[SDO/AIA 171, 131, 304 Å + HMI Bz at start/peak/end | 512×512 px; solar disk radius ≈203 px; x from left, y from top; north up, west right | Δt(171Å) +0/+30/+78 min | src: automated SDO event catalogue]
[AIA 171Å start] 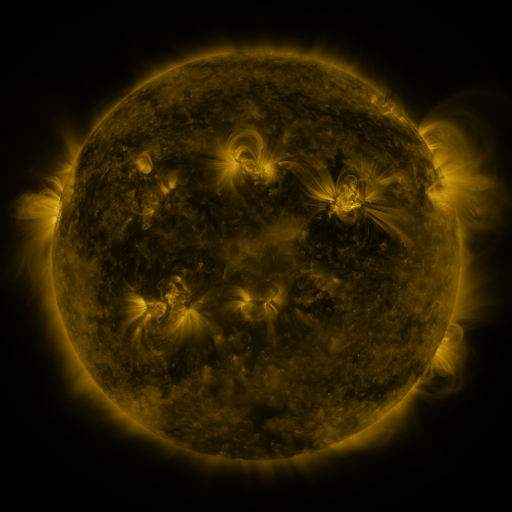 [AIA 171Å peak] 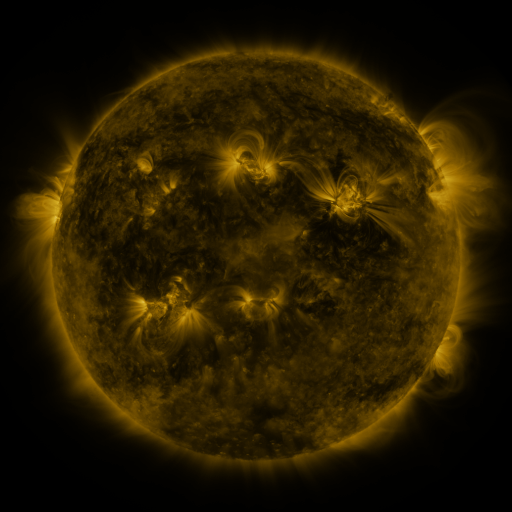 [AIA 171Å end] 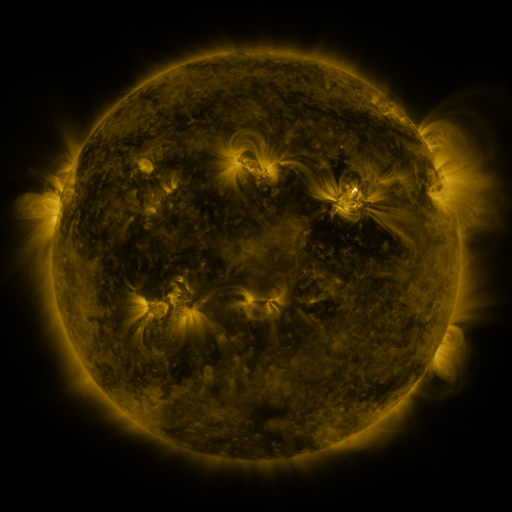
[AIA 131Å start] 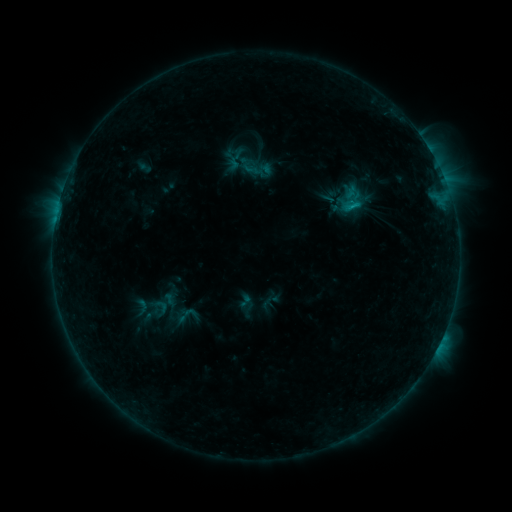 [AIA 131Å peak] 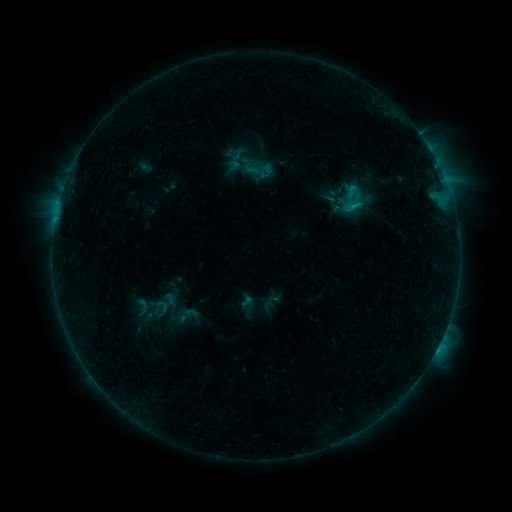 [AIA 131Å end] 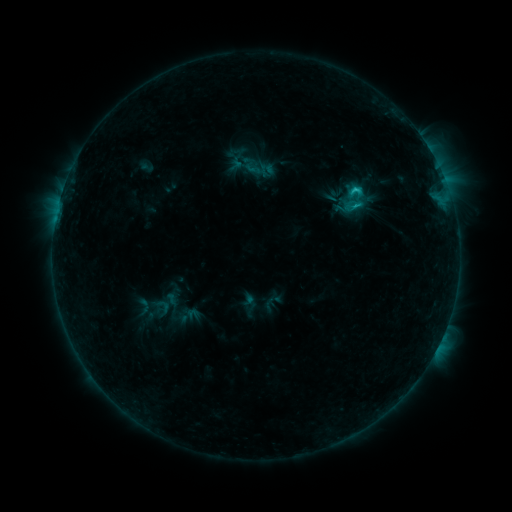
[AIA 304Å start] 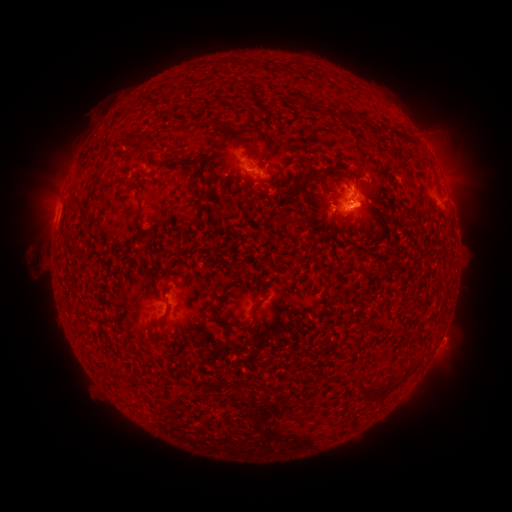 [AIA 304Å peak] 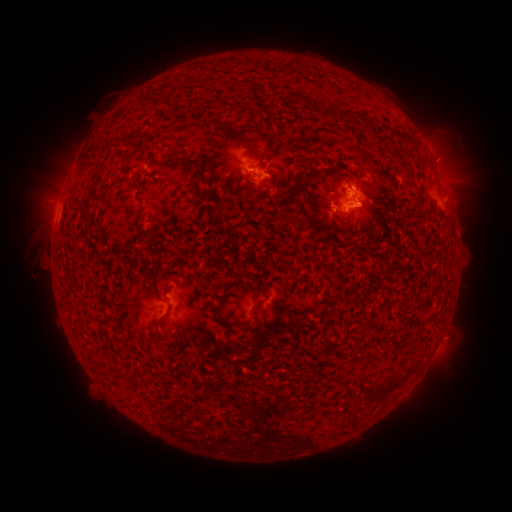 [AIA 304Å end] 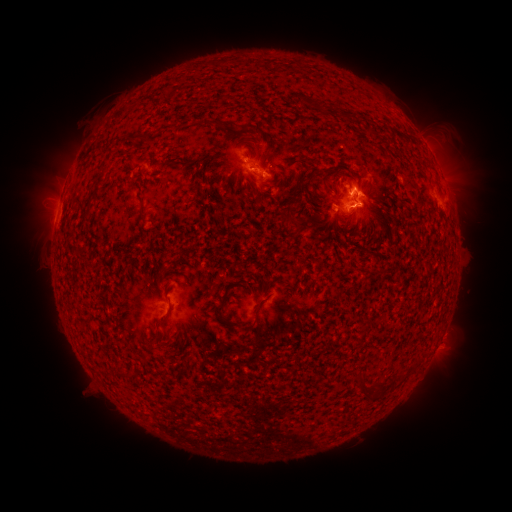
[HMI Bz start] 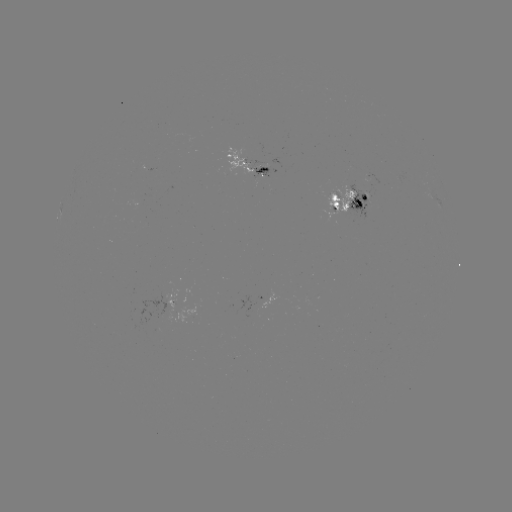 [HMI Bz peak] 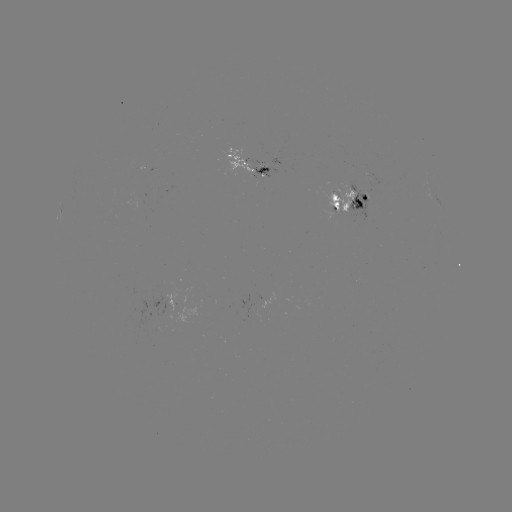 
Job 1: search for emerging-flux region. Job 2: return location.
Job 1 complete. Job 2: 335,197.